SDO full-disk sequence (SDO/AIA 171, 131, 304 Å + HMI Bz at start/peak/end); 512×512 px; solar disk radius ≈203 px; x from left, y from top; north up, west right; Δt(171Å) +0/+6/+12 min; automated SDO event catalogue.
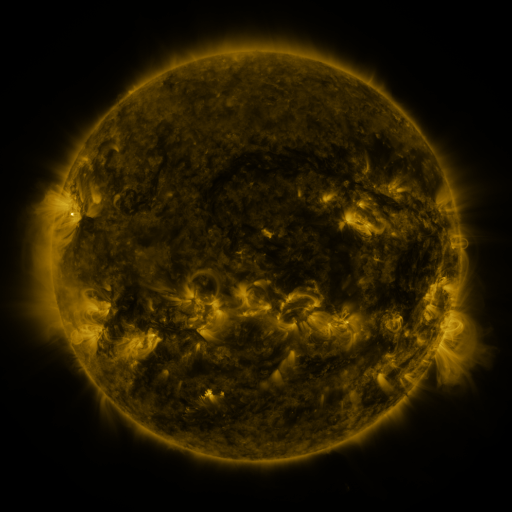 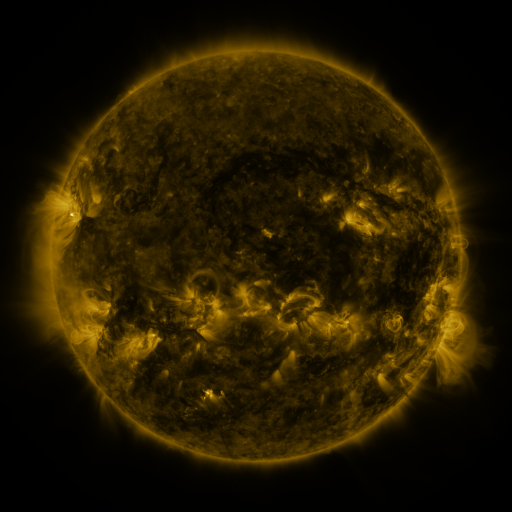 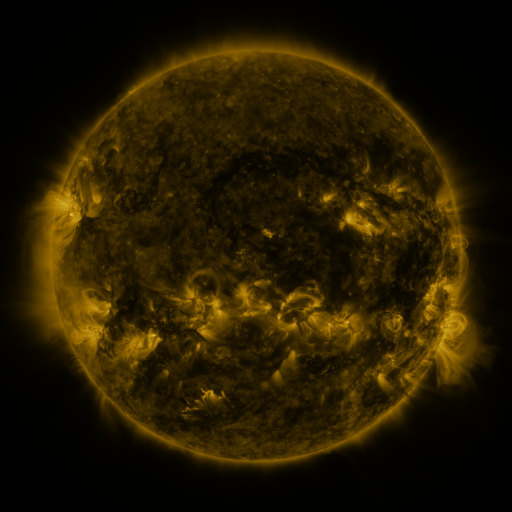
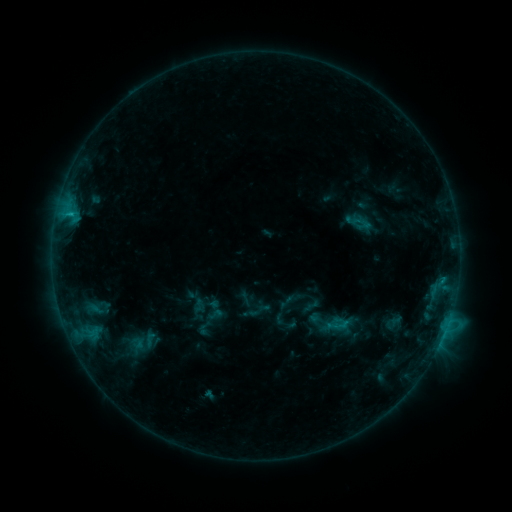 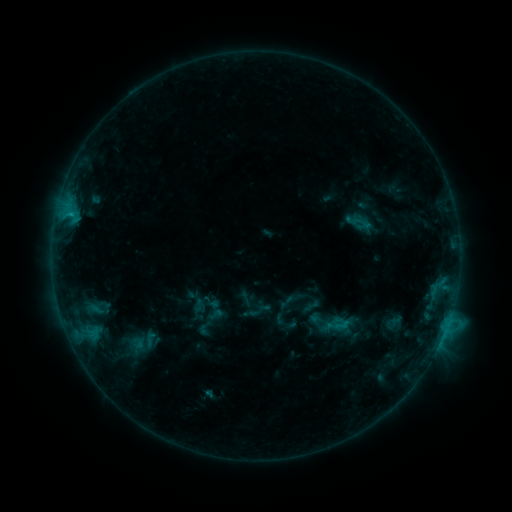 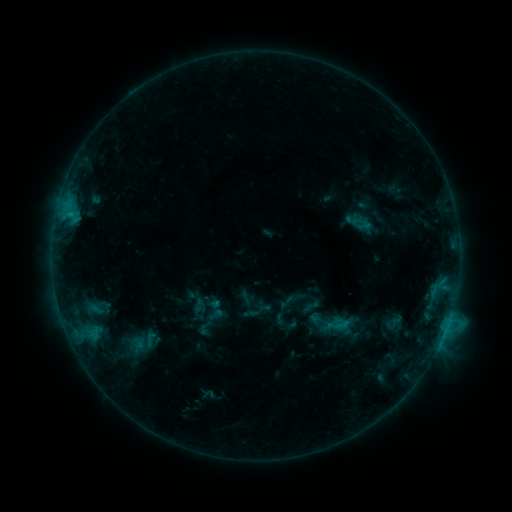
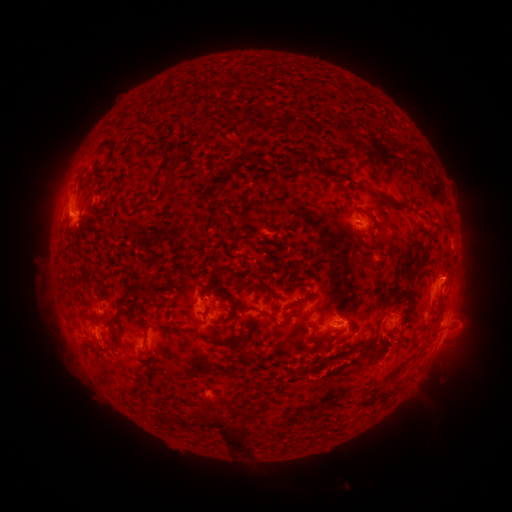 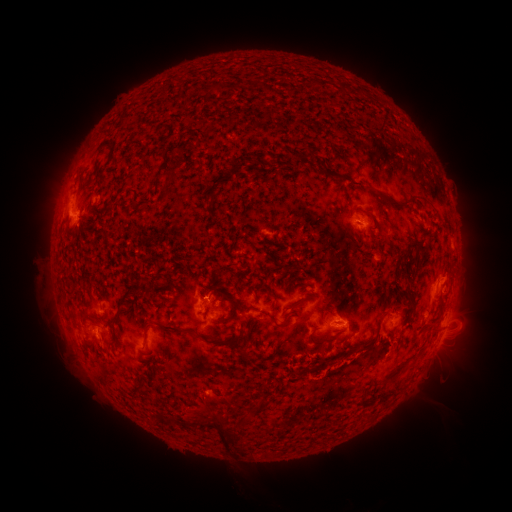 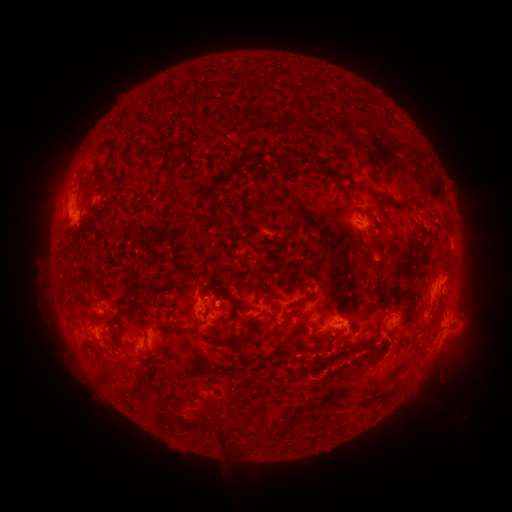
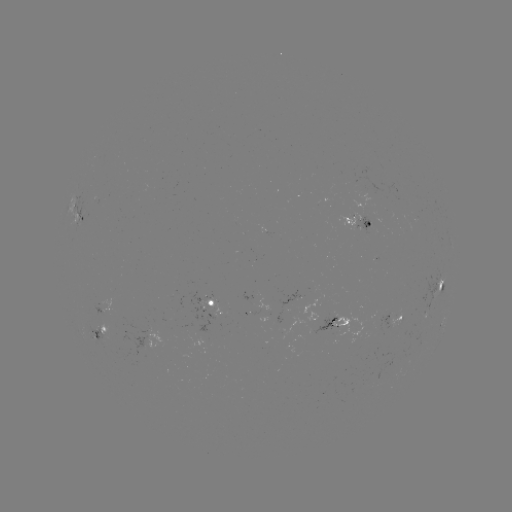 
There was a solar eruption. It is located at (237, 441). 